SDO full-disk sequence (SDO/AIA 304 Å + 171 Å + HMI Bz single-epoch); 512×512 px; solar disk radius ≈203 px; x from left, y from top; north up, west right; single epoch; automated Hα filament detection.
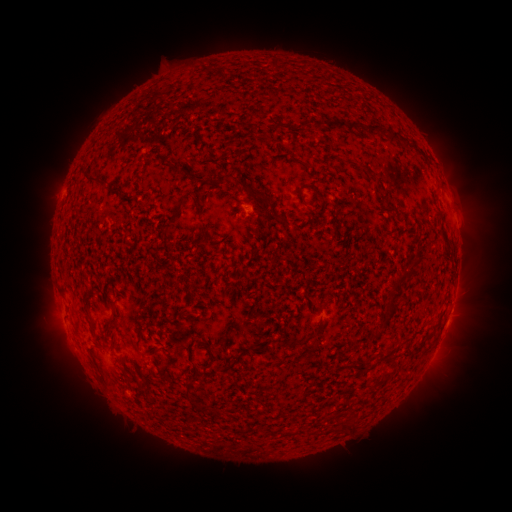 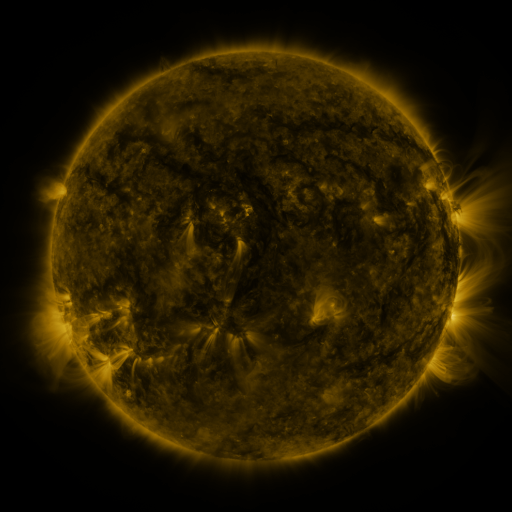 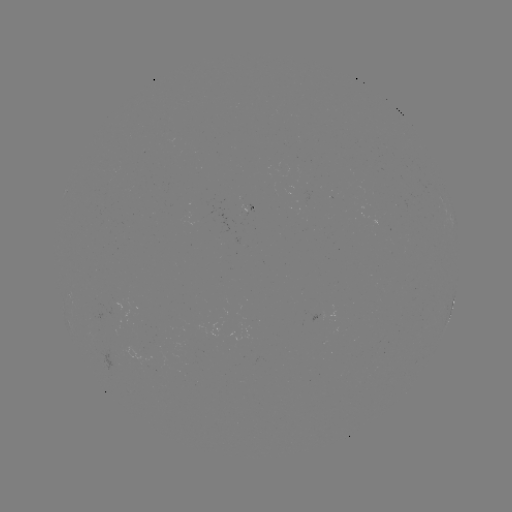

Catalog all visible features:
filament: <bbox>270, 58, 277, 68</bbox>
filament: <bbox>312, 116, 361, 133</bbox>
filament: <bbox>364, 122, 399, 142</bbox>
filament: <bbox>300, 161, 310, 169</bbox>
filament: <bbox>81, 171, 102, 187</bbox>
filament: <bbox>366, 171, 376, 180</bbox>
filament: <bbox>213, 173, 272, 209</bbox>
filament: <bbox>310, 184, 320, 195</bbox>
filament: <bbox>191, 199, 209, 239</bbox>
filament: <bbox>384, 202, 394, 211</bbox>
filament: <bbox>172, 208, 181, 219</bbox>
filament: <bbox>390, 254, 422, 290</bbox>
filament: <bbox>384, 295, 397, 316</bbox>
filament: <bbox>82, 296, 92, 306</bbox>
filament: <bbox>176, 309, 186, 320</bbox>
filament: <bbox>105, 312, 119, 330</bbox>
filament: <bbox>162, 316, 174, 324</bbox>
filament: <bbox>374, 326, 386, 336</bbox>
filament: <bbox>305, 331, 318, 340</bbox>
filament: <bbox>110, 335, 120, 352</bbox>
filament: <bbox>198, 341, 217, 367</bbox>
filament: <bbox>231, 353, 241, 362</bbox>
filament: <bbox>353, 359, 370, 371</bbox>
filament: <bbox>219, 365, 232, 373</bbox>
filament: <bbox>382, 367, 396, 378</bbox>
filament: <bbox>126, 377, 136, 386</bbox>
filament: <bbox>186, 390, 192, 401</bbox>
filament: <bbox>340, 418, 358, 431</bbox>
